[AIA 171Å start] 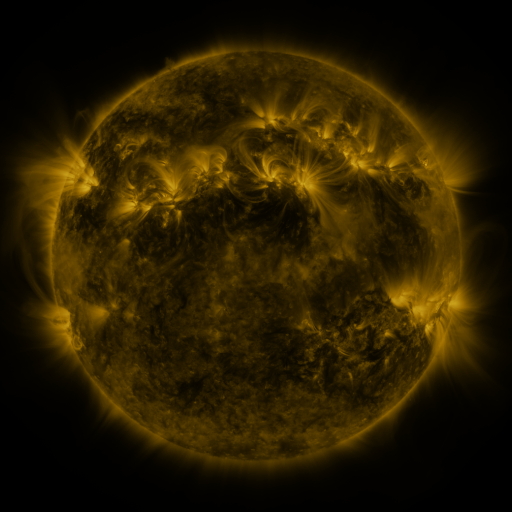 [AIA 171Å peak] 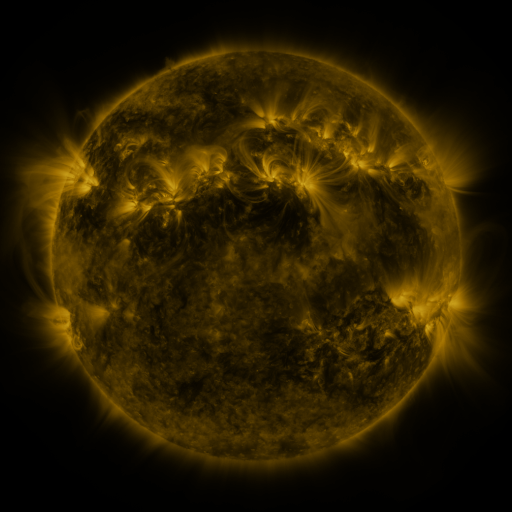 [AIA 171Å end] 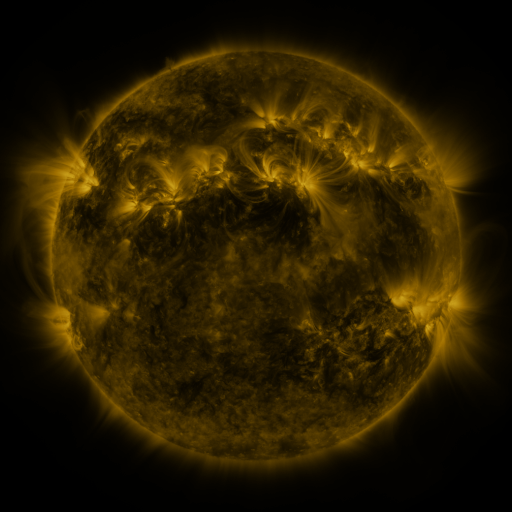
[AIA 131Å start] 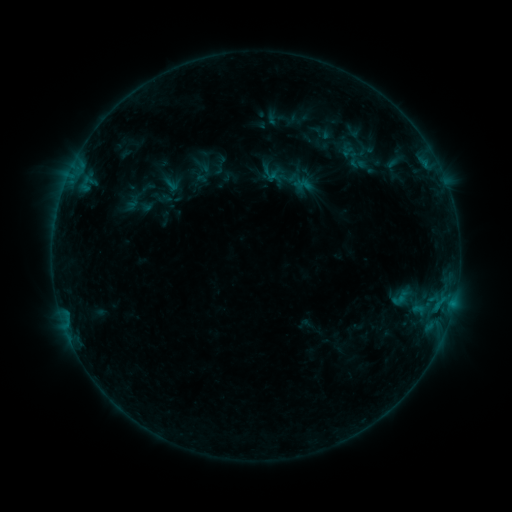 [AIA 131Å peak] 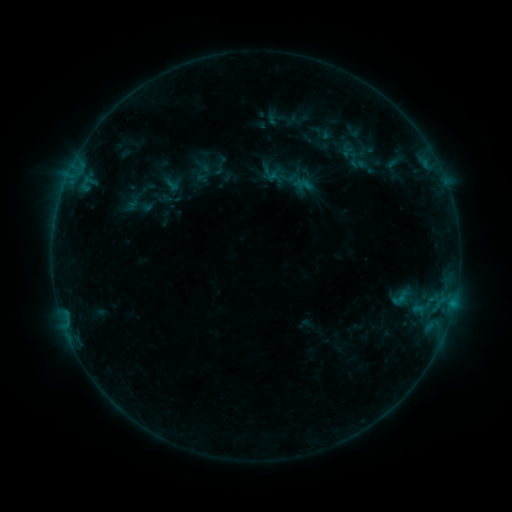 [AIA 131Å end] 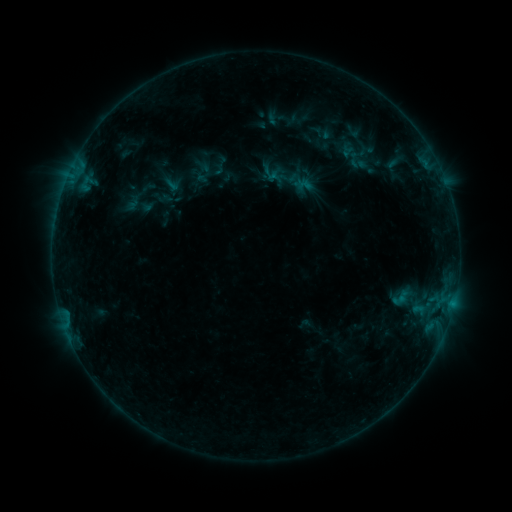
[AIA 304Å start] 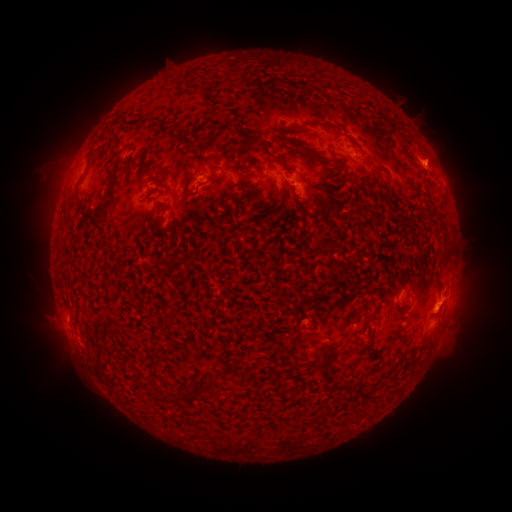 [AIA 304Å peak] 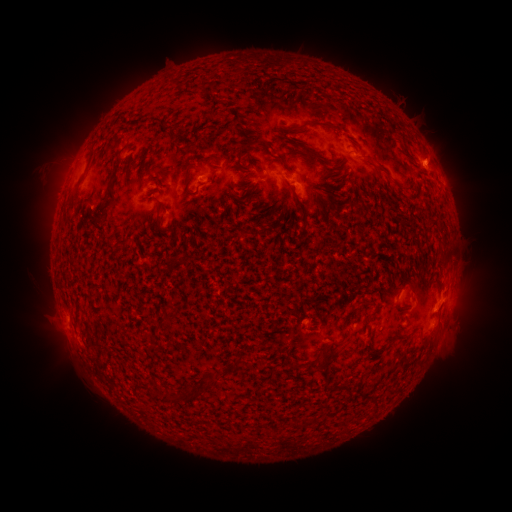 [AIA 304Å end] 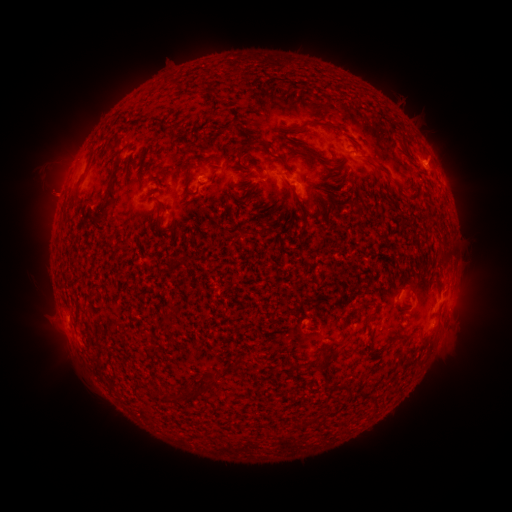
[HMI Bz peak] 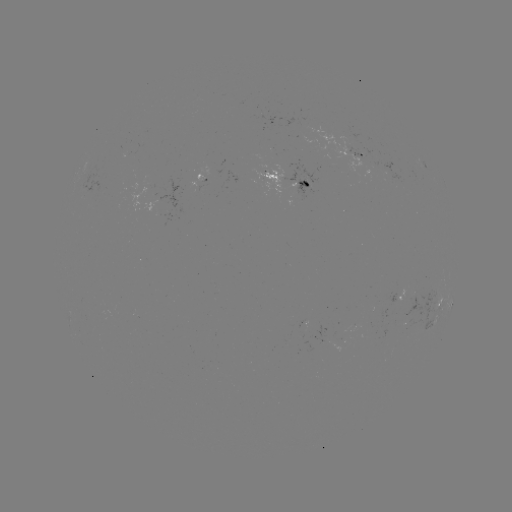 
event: eruption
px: (47, 196)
